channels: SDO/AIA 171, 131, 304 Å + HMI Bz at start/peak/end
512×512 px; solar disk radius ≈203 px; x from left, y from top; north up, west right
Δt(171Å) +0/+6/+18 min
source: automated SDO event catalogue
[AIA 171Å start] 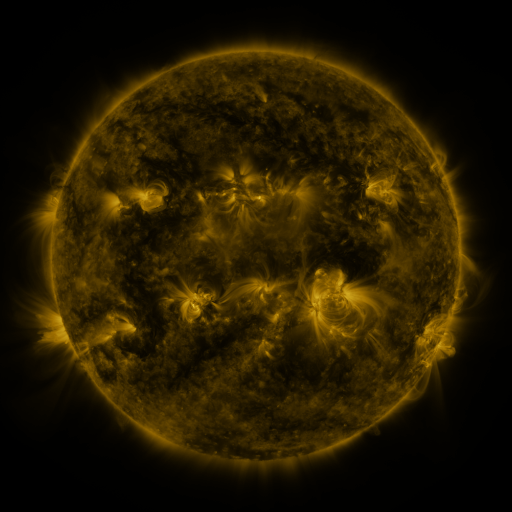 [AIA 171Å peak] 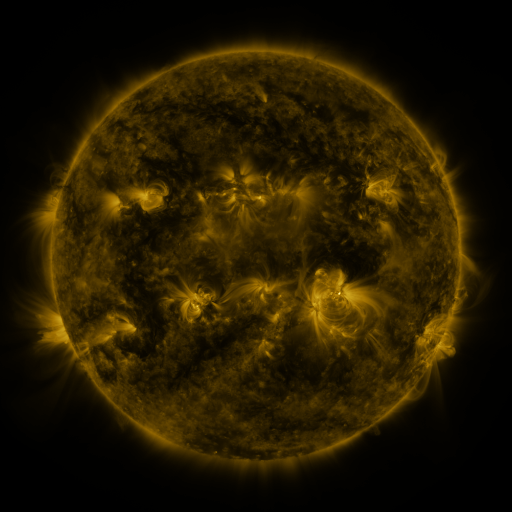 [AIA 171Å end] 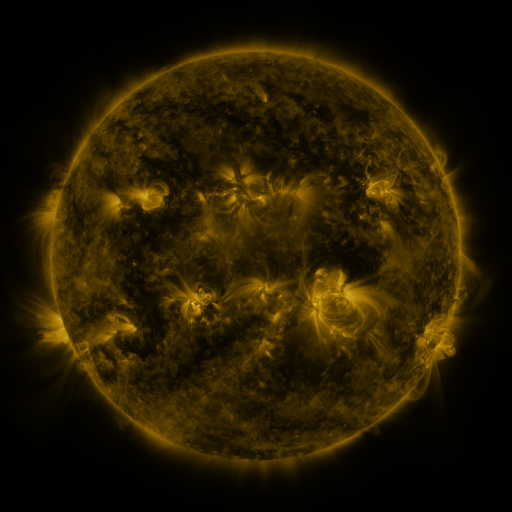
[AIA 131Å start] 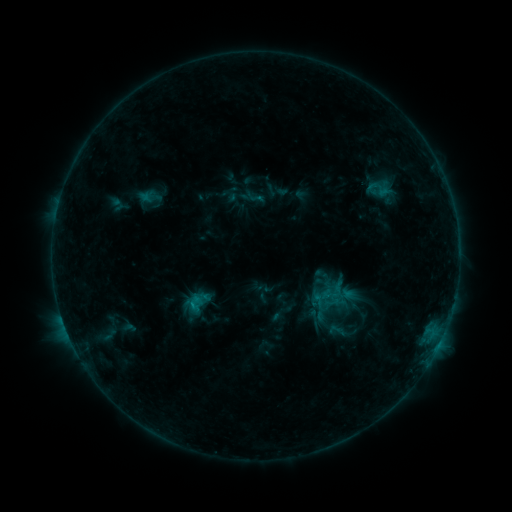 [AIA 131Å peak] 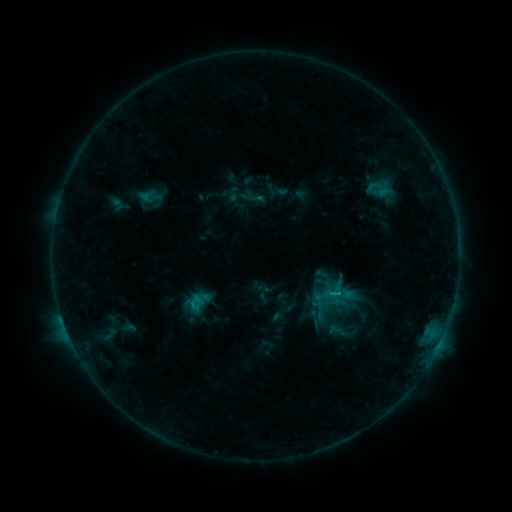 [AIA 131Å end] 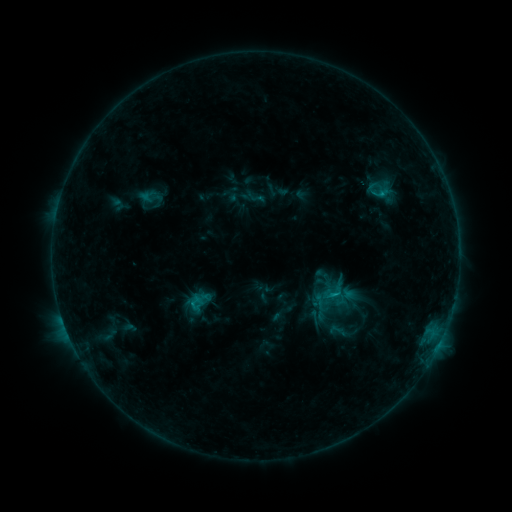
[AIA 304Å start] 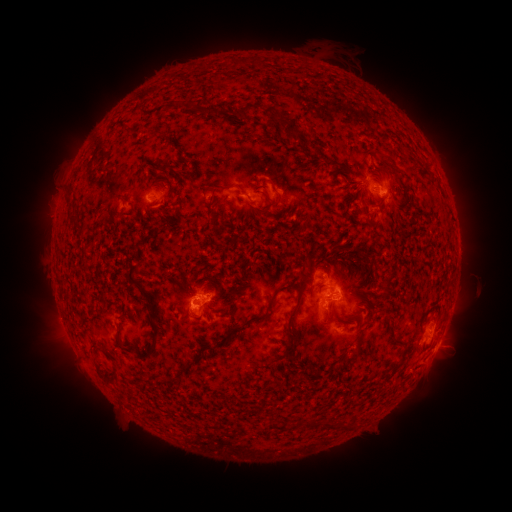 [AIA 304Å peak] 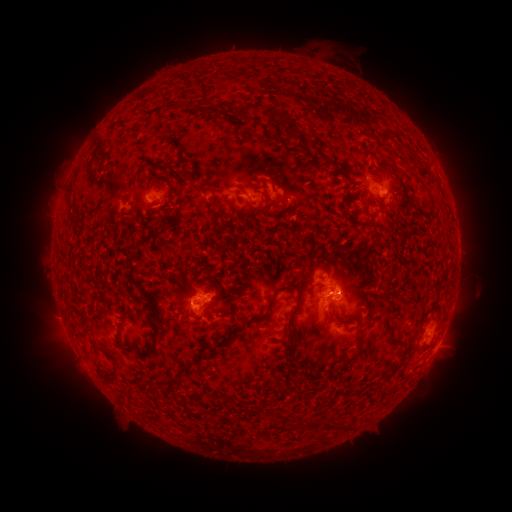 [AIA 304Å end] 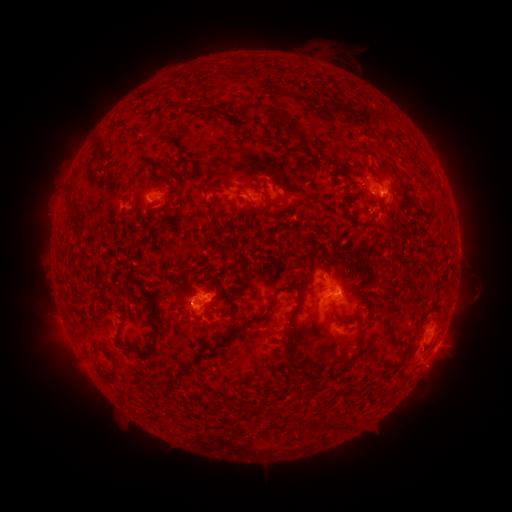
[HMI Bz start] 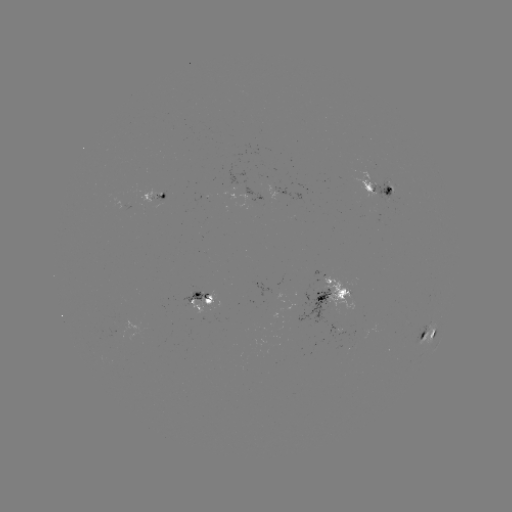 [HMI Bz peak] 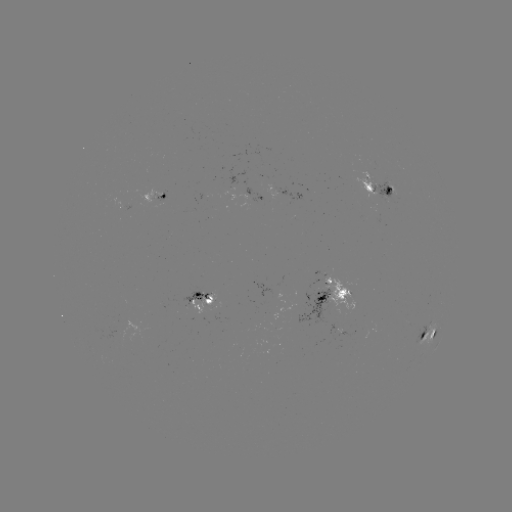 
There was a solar flare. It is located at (336, 293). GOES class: C1.9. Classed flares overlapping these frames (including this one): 2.